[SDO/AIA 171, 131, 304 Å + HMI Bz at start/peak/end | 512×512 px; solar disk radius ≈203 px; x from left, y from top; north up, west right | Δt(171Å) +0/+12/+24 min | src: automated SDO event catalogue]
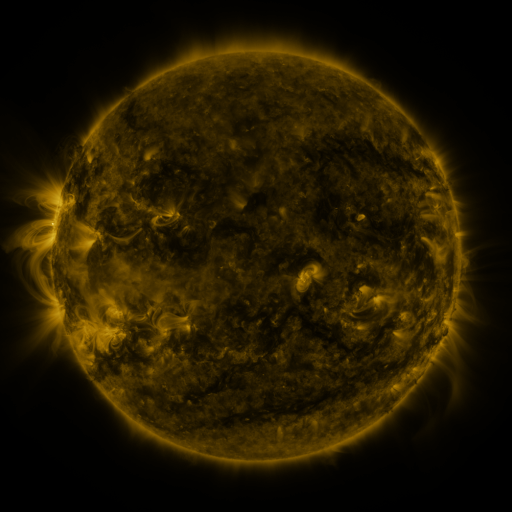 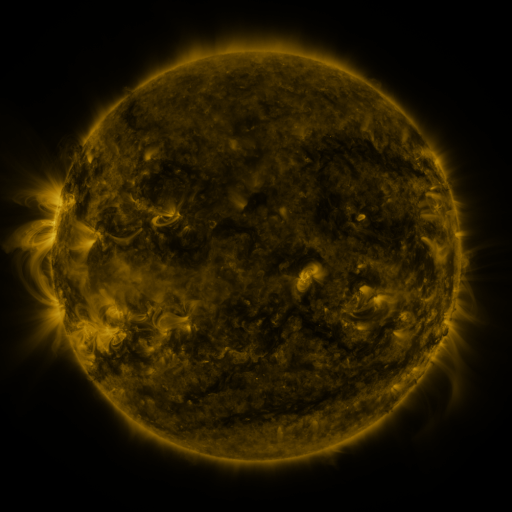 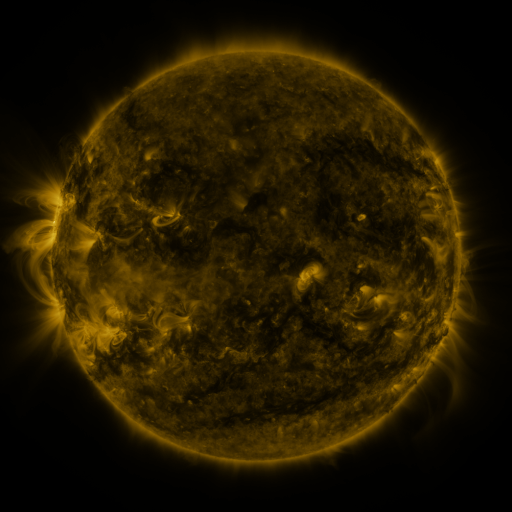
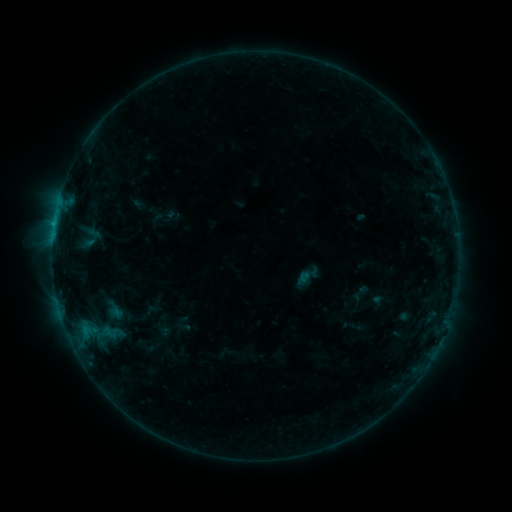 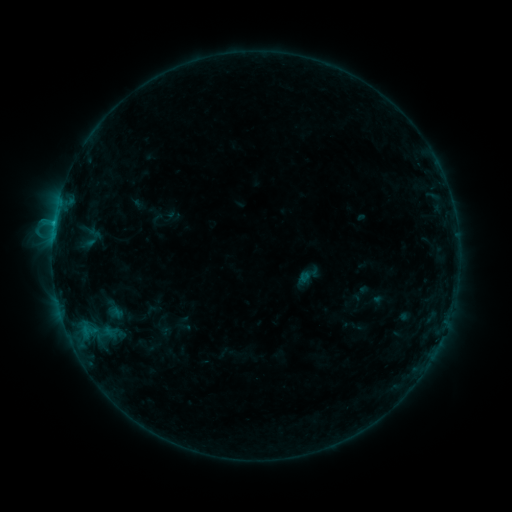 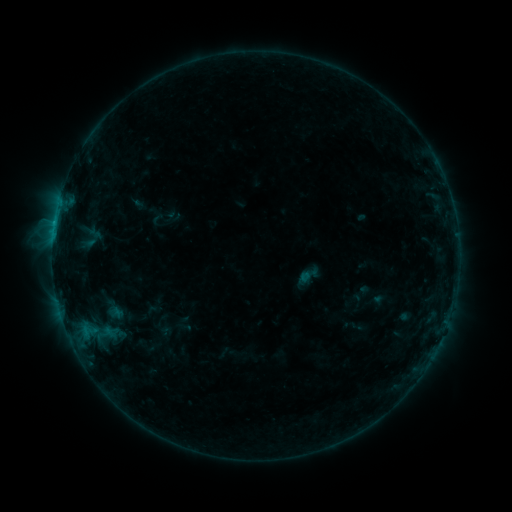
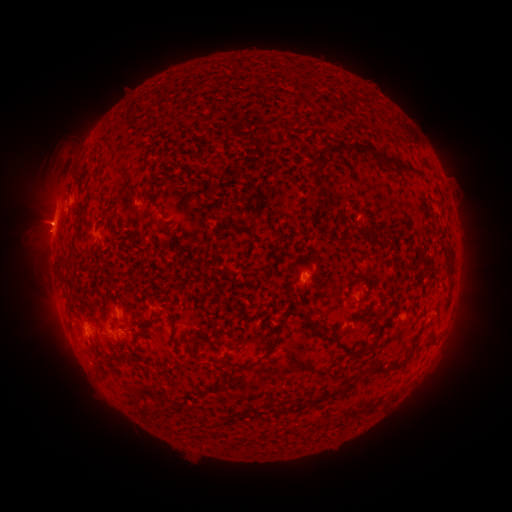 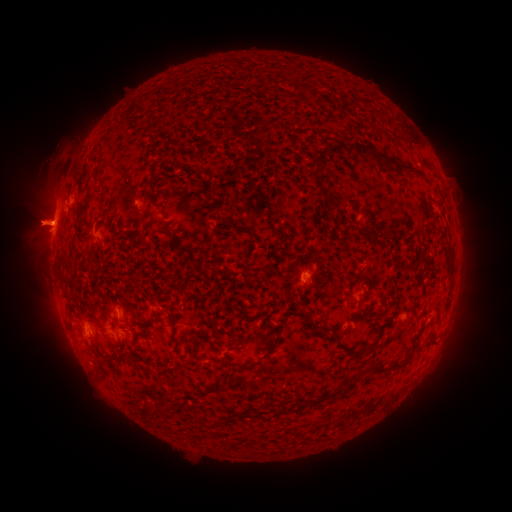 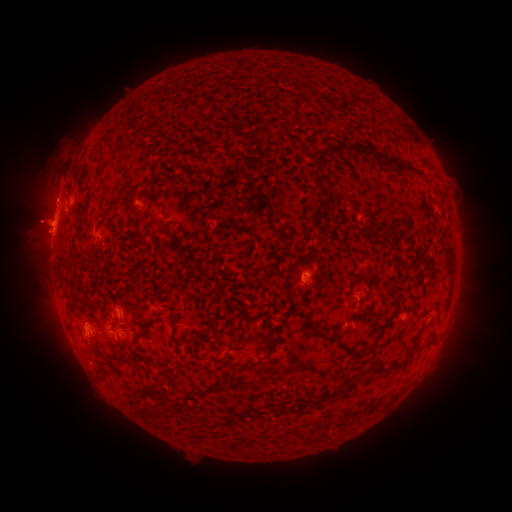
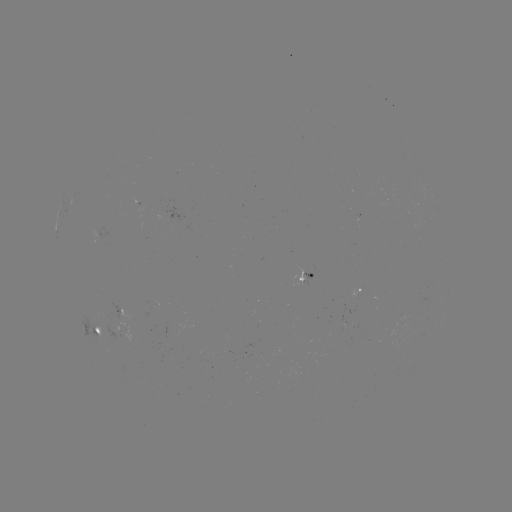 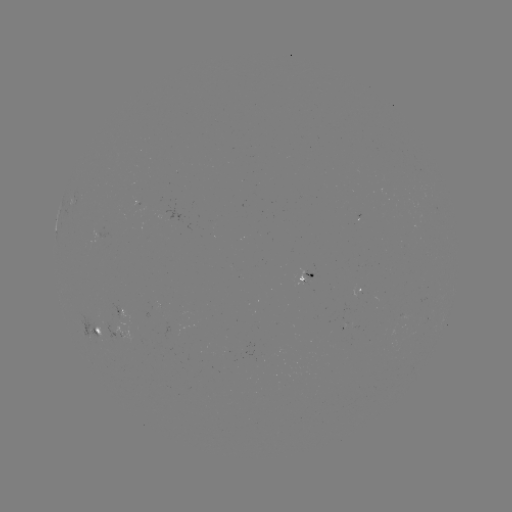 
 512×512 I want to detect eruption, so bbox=[0, 189, 79, 256].